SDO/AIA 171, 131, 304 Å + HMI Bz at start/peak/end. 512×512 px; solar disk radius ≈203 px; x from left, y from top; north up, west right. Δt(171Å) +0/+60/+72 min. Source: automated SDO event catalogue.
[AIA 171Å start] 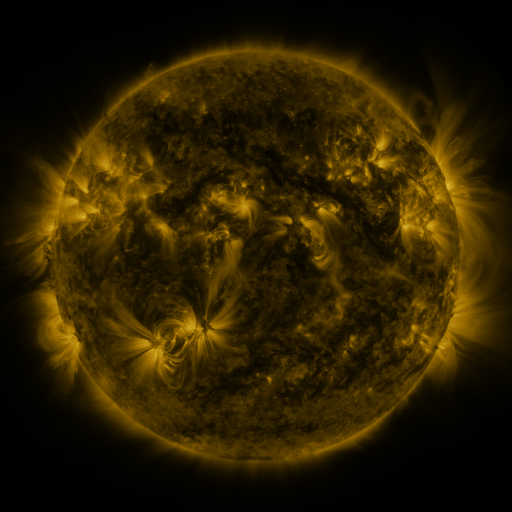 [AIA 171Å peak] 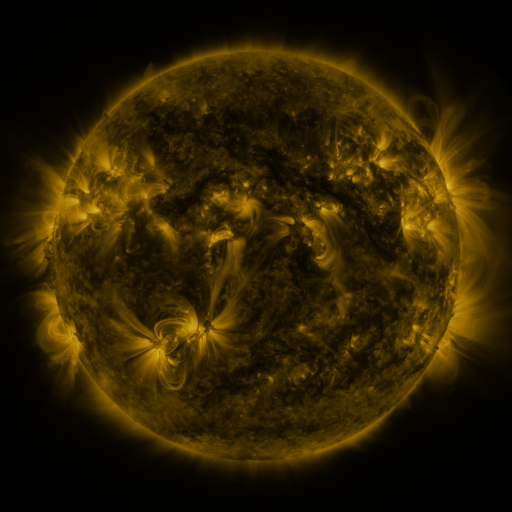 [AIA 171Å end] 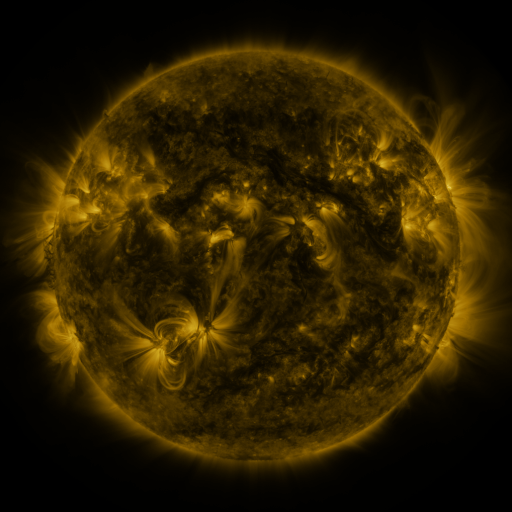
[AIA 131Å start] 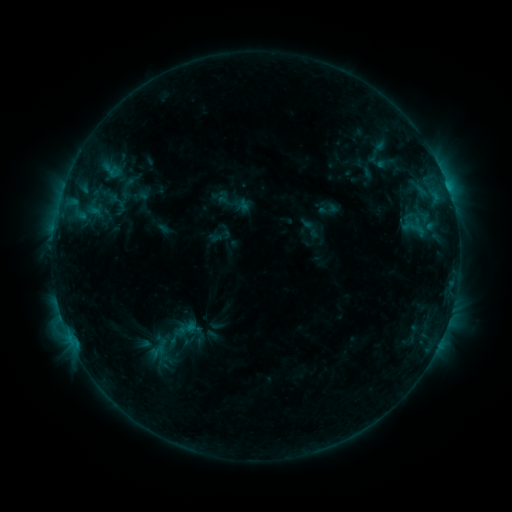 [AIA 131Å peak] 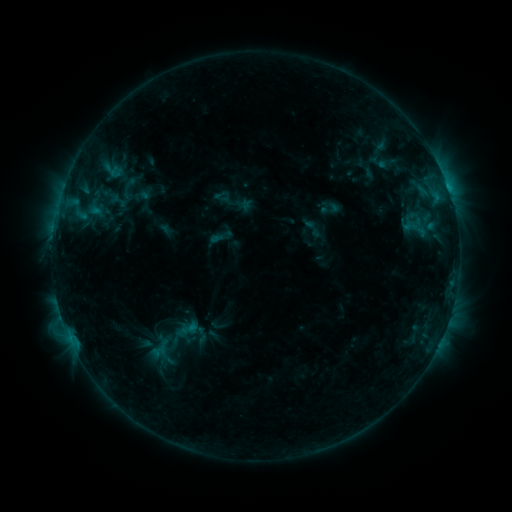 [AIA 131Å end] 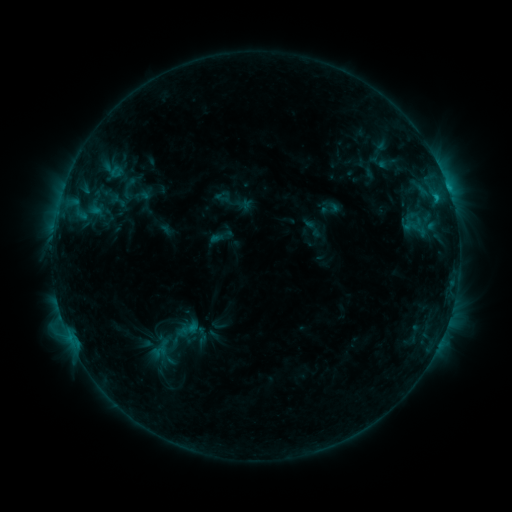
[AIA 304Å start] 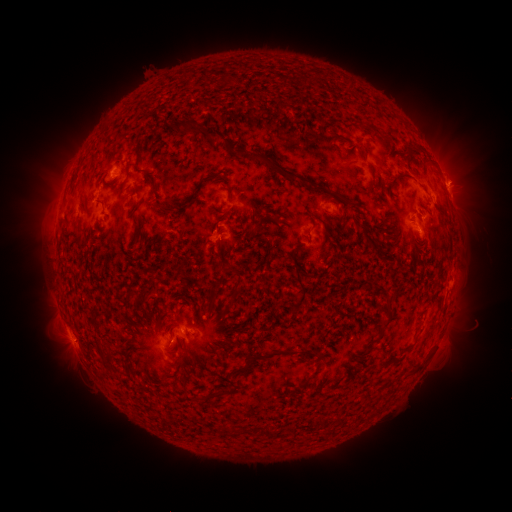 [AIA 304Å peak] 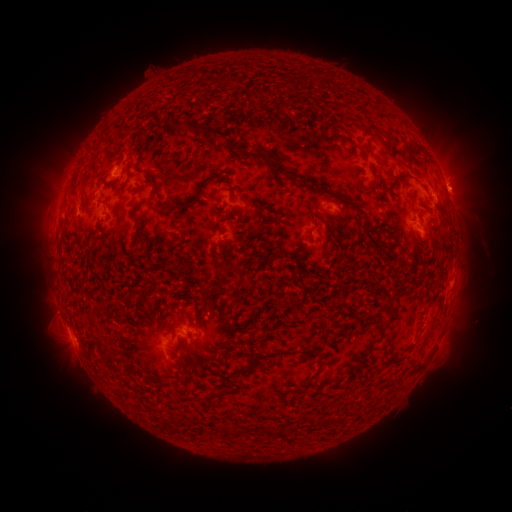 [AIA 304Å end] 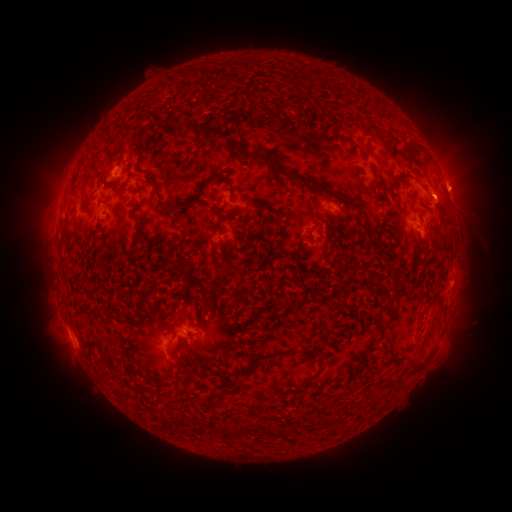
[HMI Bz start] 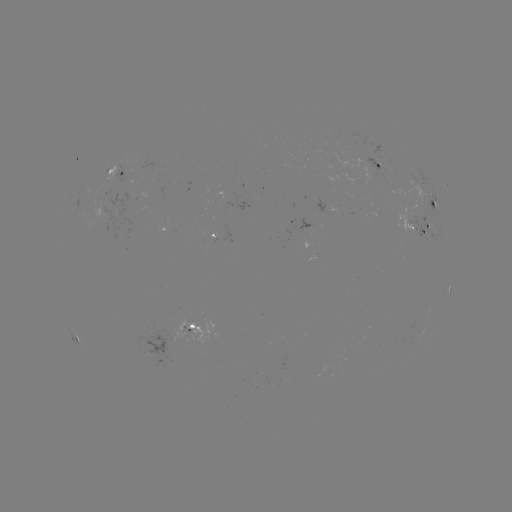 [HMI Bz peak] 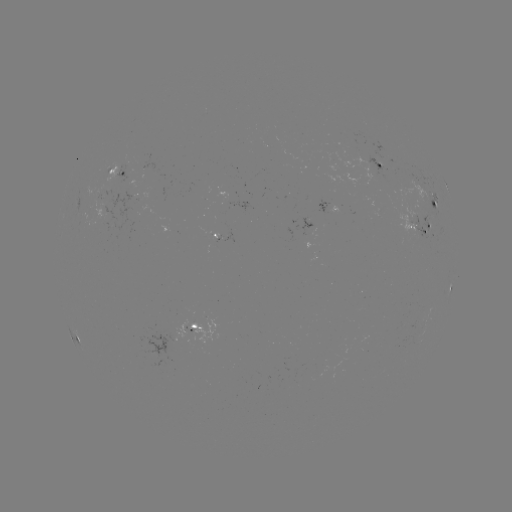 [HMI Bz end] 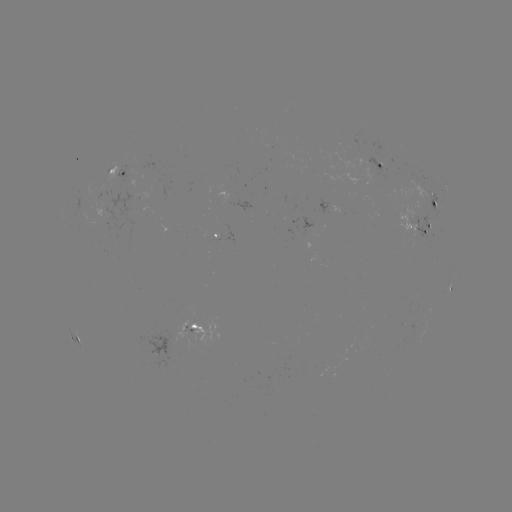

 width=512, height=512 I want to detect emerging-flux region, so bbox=[133, 154, 143, 164].